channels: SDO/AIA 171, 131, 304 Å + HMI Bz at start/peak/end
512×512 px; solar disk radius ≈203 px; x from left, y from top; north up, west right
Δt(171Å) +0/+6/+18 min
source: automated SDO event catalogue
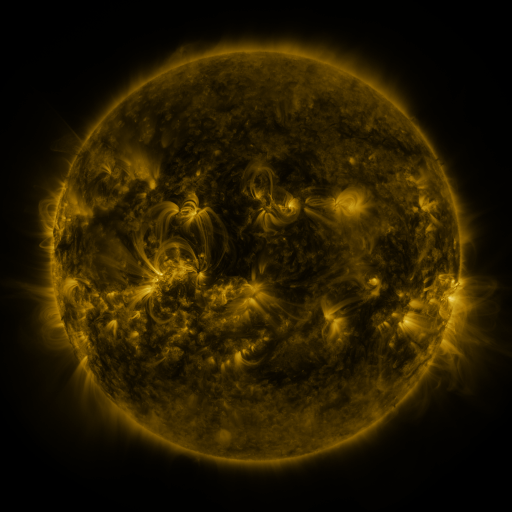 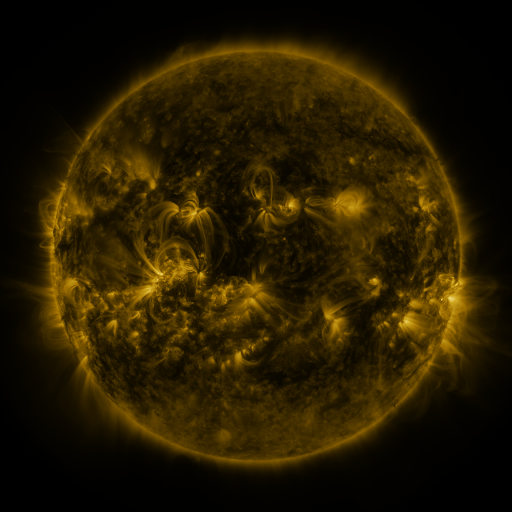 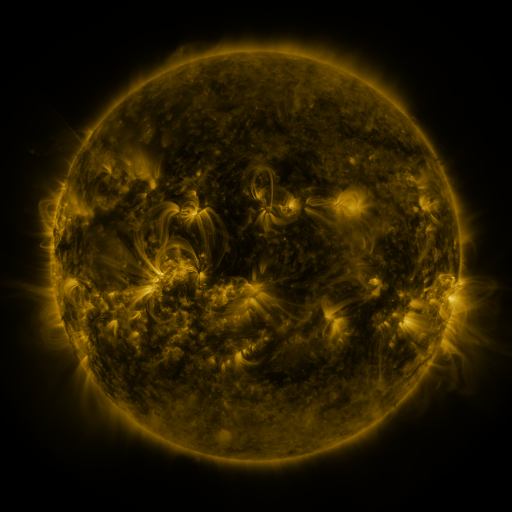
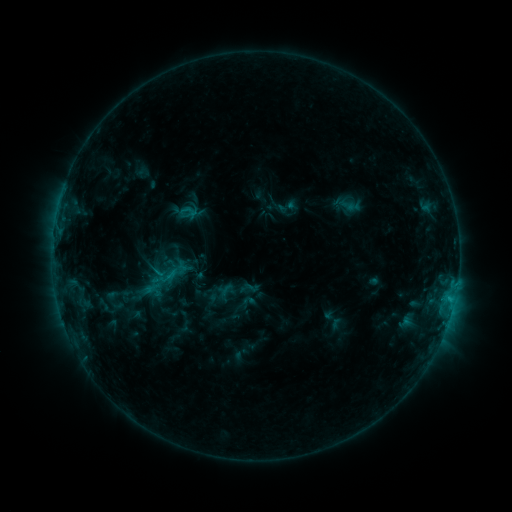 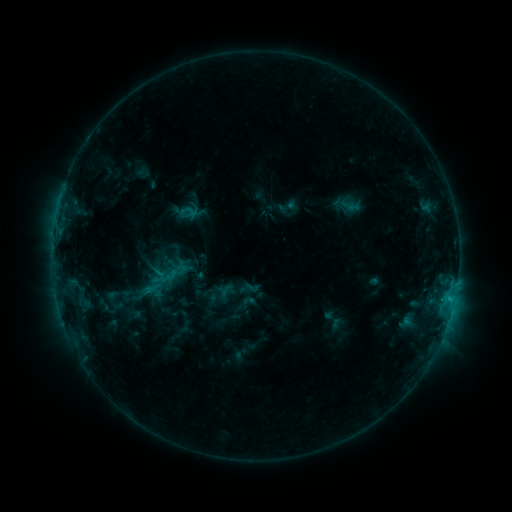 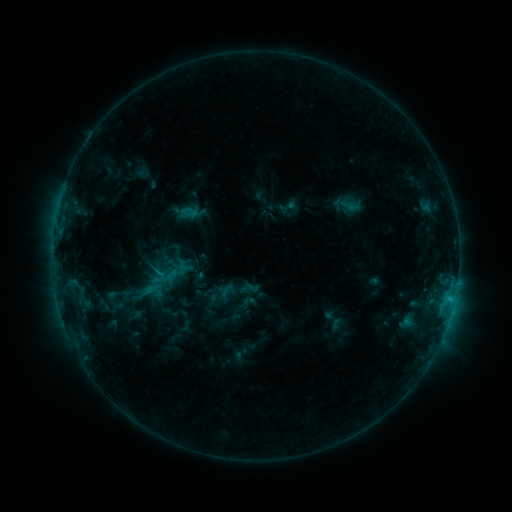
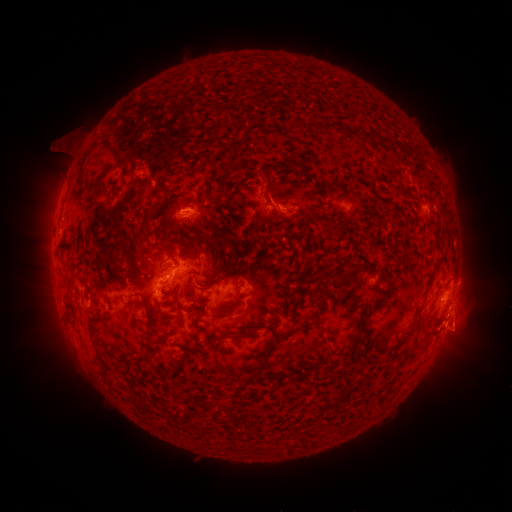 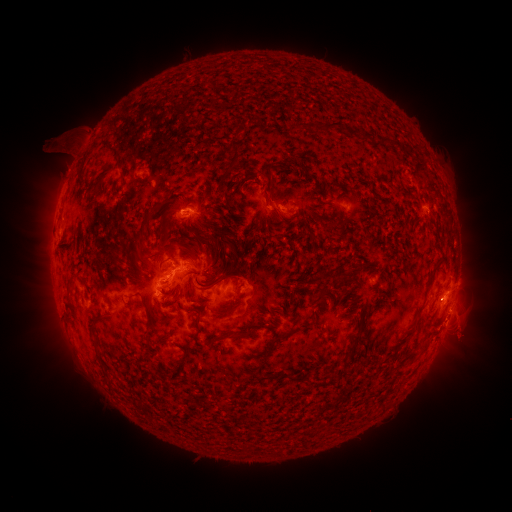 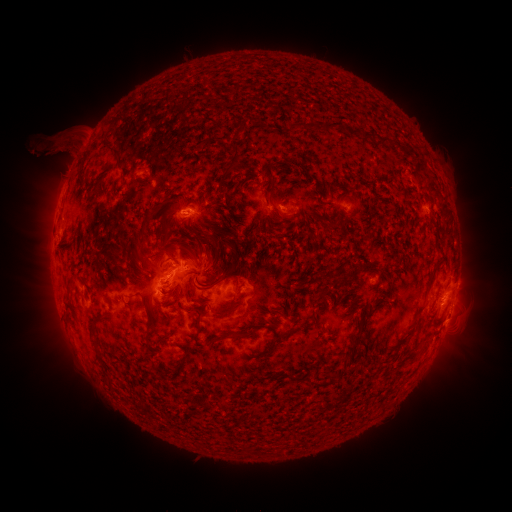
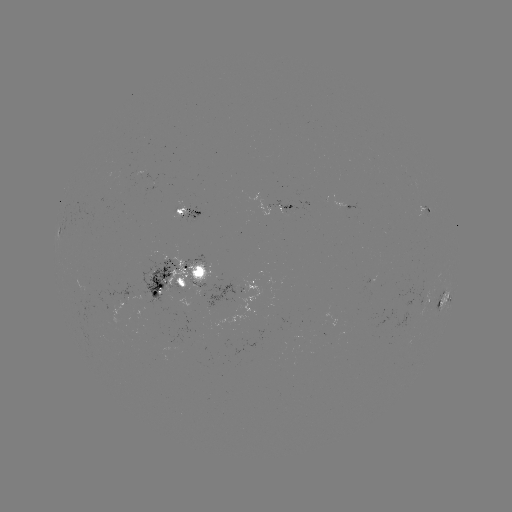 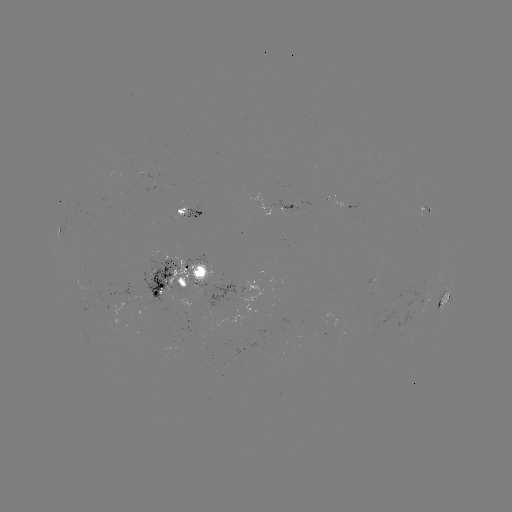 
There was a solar eruption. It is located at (54, 150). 